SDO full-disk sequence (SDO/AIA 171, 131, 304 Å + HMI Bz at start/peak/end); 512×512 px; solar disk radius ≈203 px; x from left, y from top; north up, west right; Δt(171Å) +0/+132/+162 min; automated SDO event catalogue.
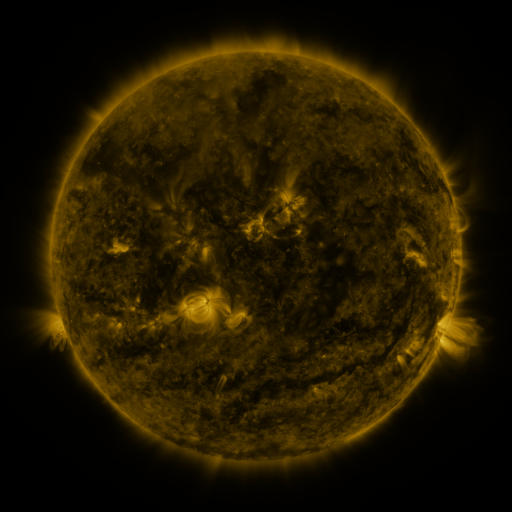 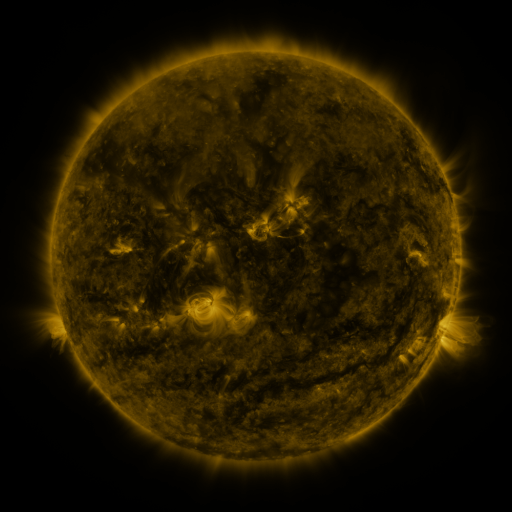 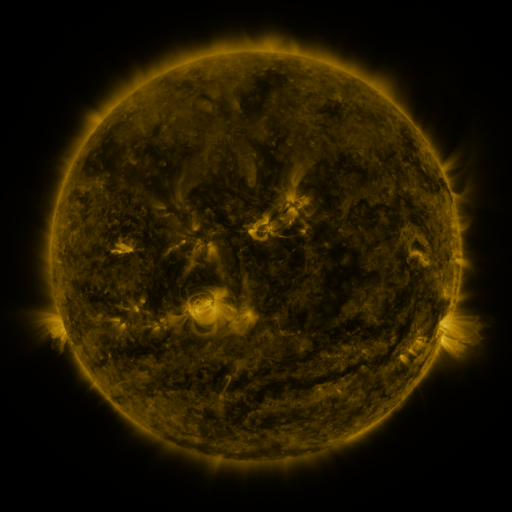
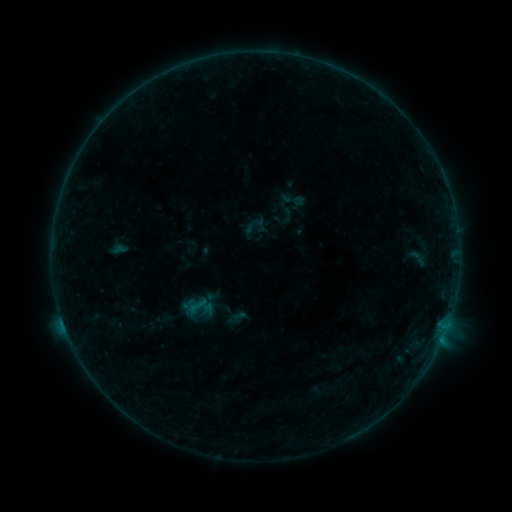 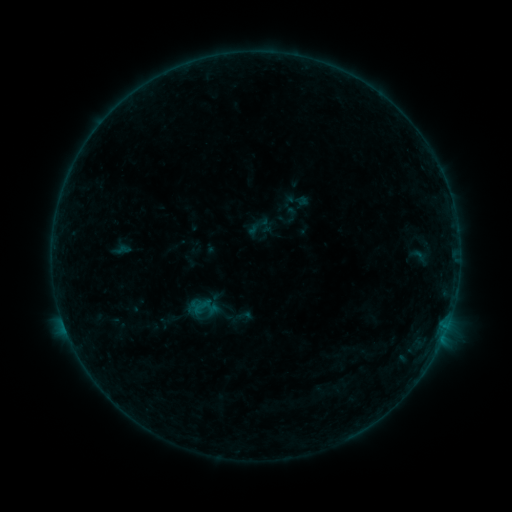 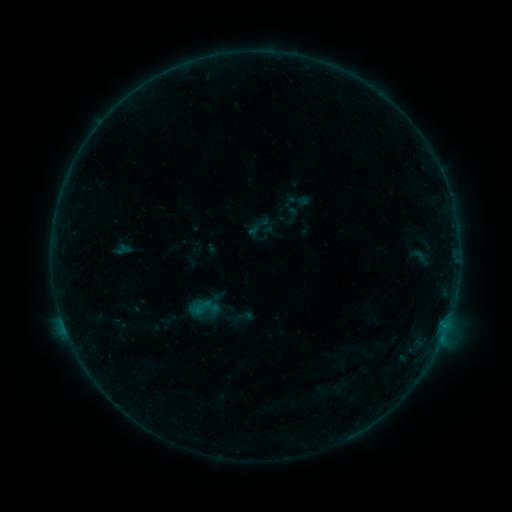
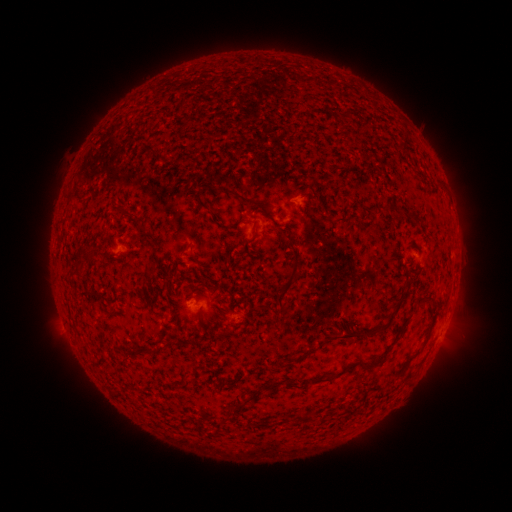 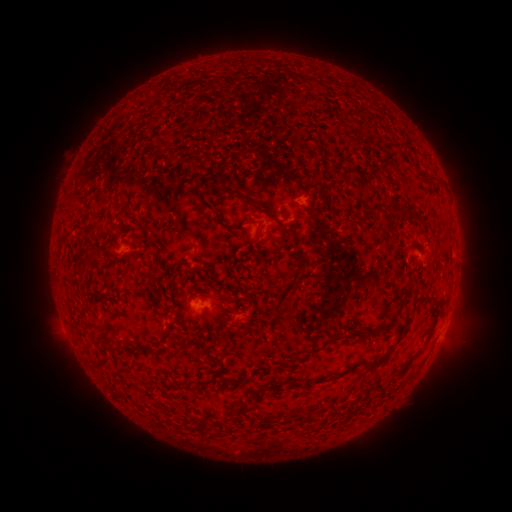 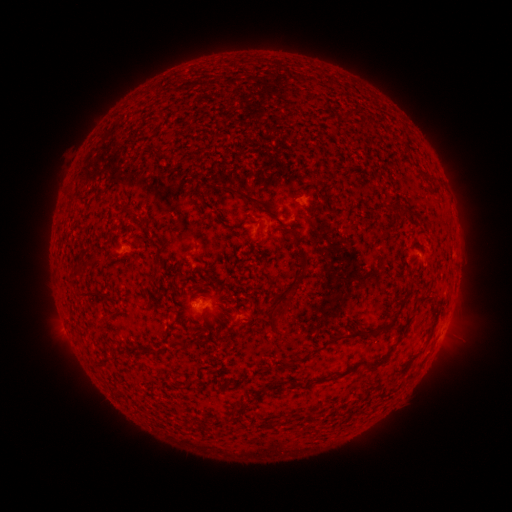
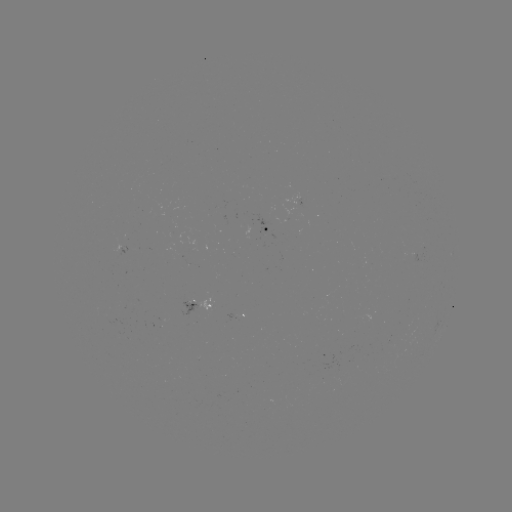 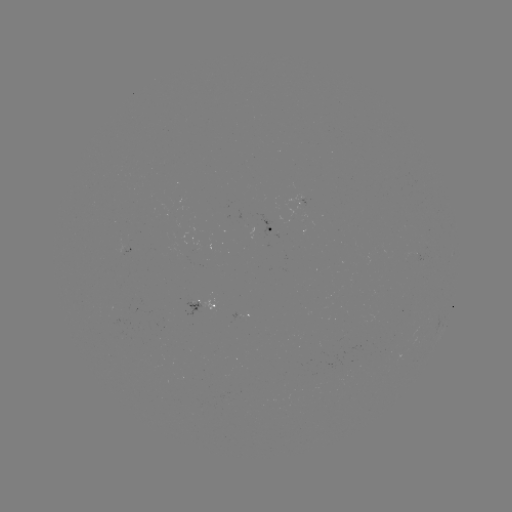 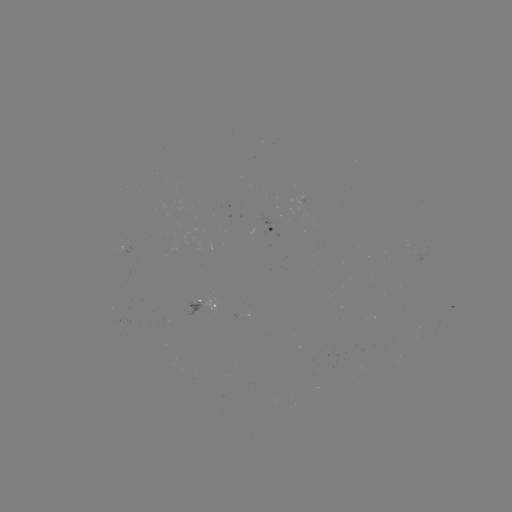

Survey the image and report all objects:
emerging-flux region: (367, 265)
